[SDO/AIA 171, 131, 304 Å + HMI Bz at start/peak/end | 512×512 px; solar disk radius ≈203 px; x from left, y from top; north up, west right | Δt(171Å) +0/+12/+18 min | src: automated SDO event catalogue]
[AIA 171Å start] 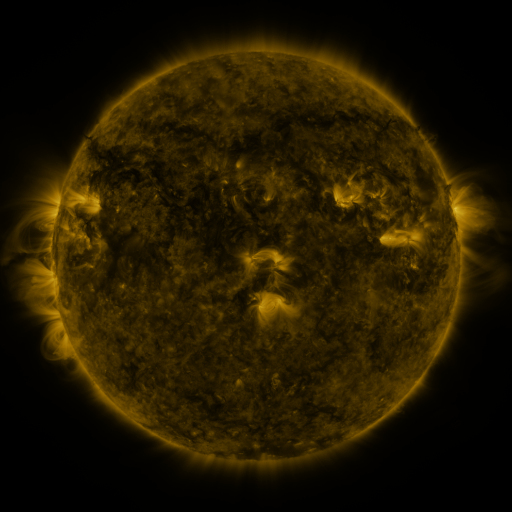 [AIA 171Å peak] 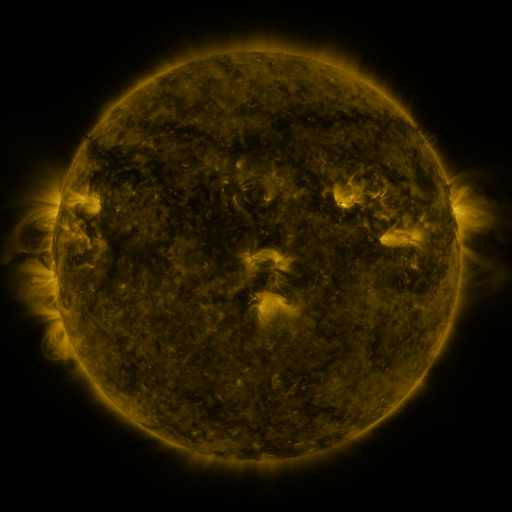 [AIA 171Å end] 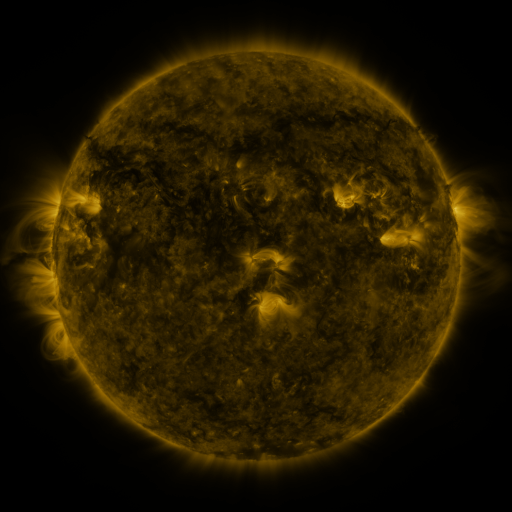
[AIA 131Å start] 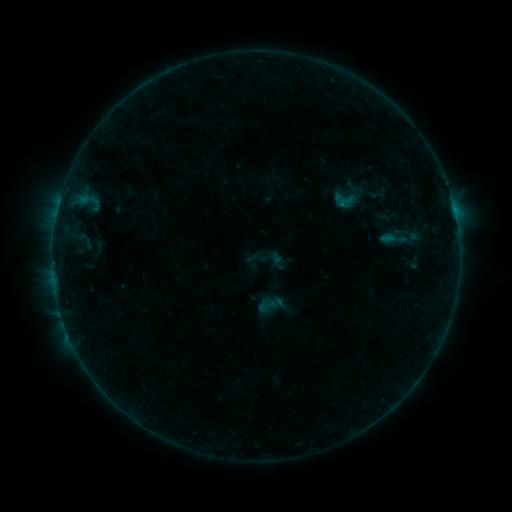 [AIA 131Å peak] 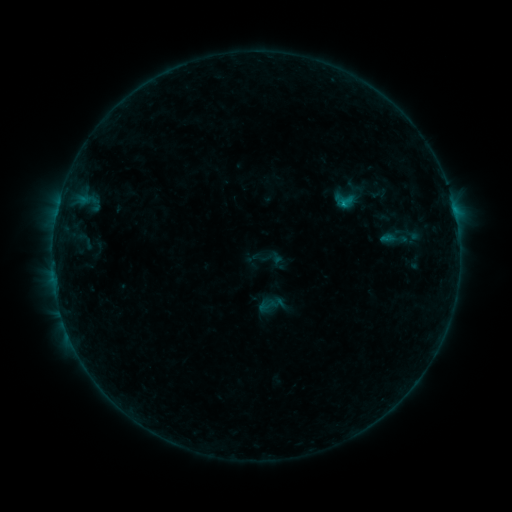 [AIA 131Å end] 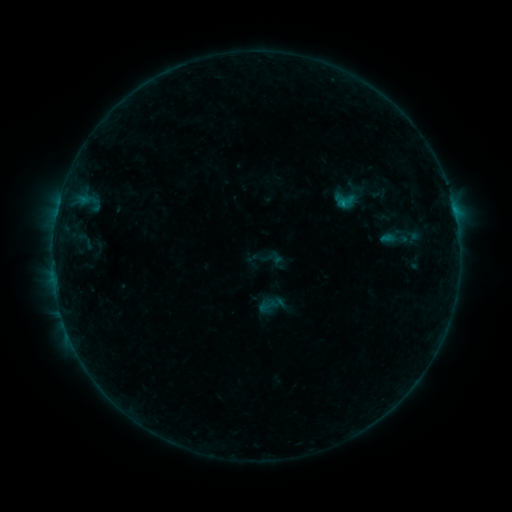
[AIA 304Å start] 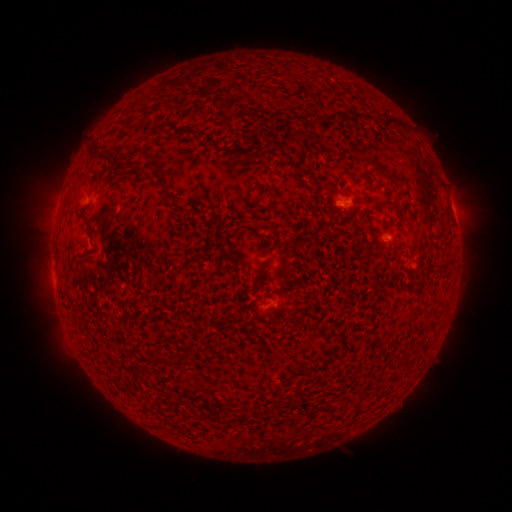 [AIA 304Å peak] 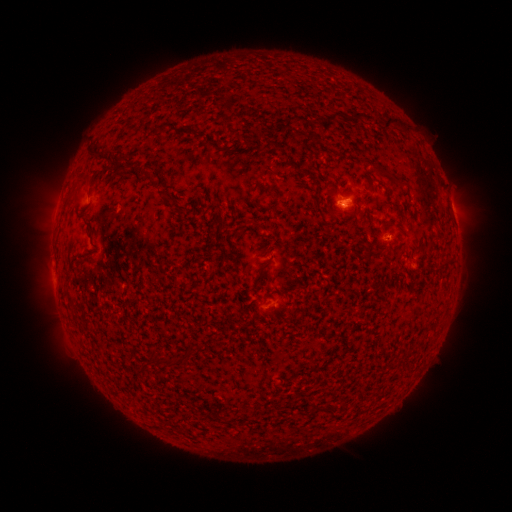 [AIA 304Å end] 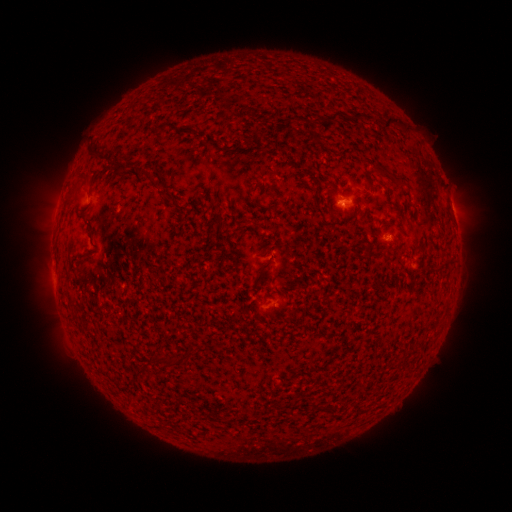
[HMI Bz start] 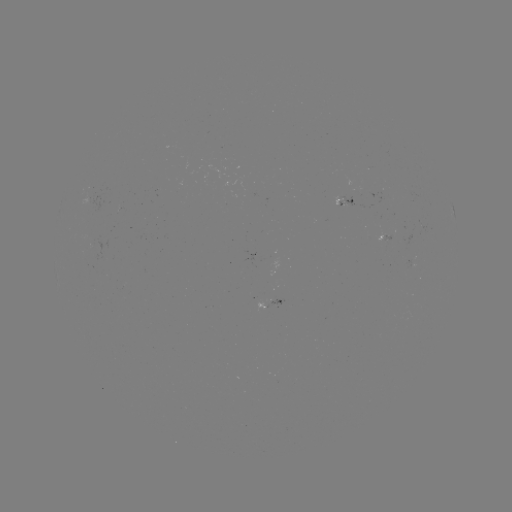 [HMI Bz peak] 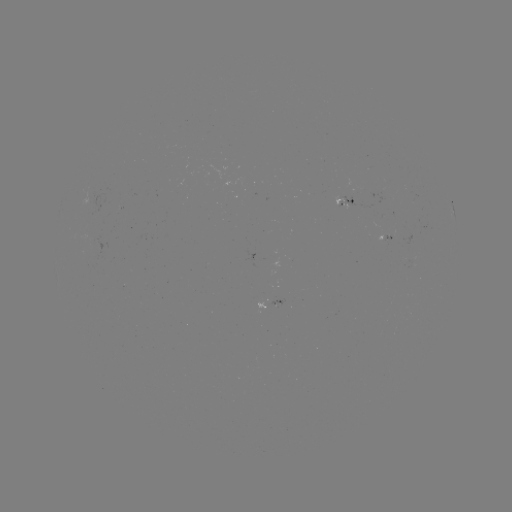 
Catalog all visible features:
B4.1 flare: (343, 207)
